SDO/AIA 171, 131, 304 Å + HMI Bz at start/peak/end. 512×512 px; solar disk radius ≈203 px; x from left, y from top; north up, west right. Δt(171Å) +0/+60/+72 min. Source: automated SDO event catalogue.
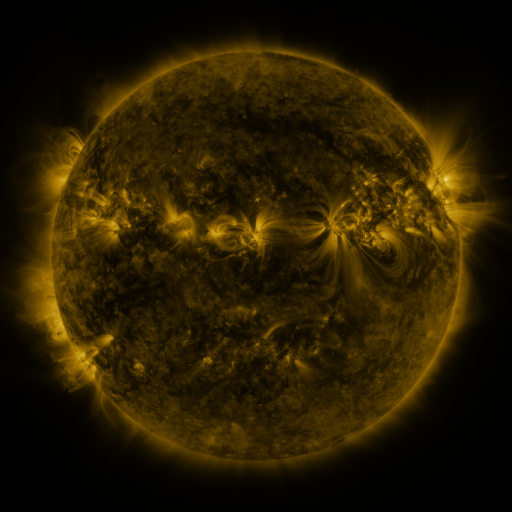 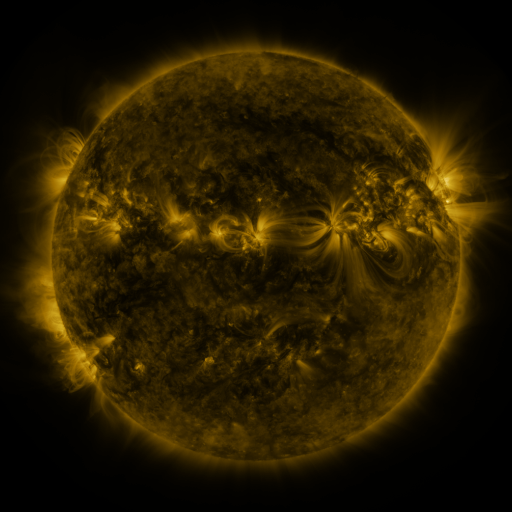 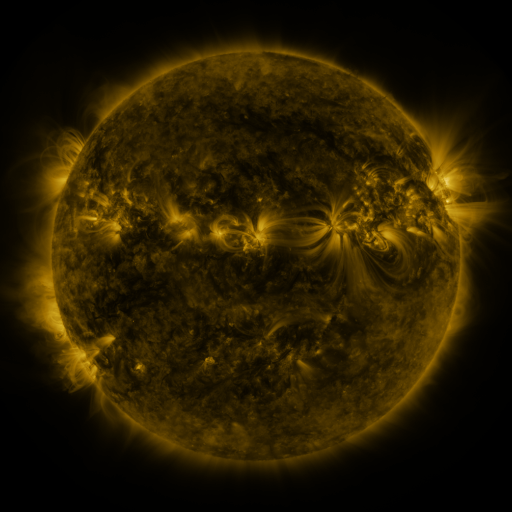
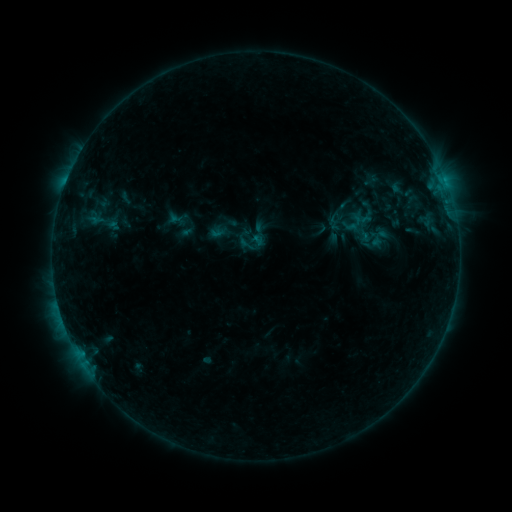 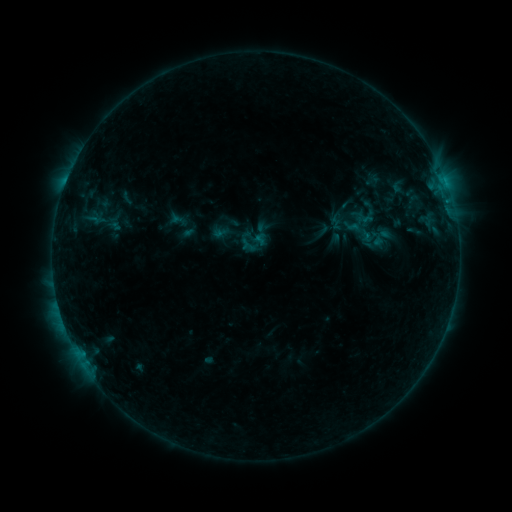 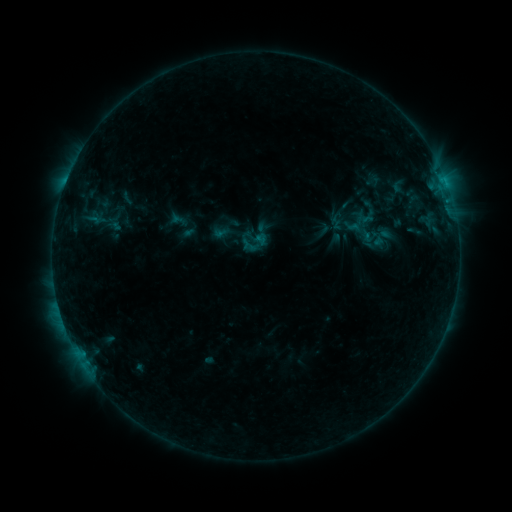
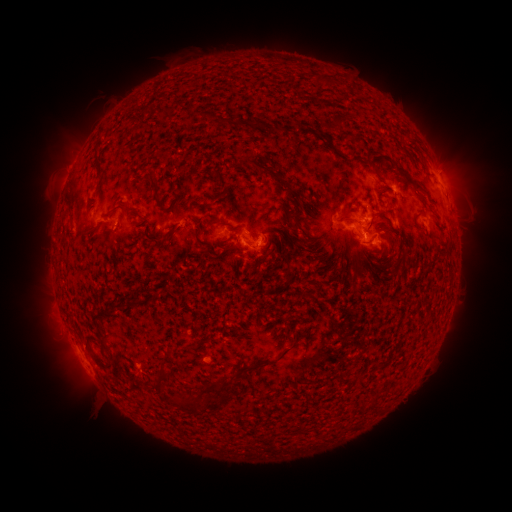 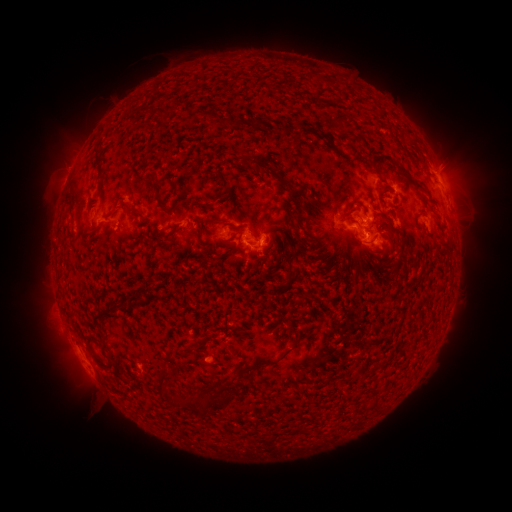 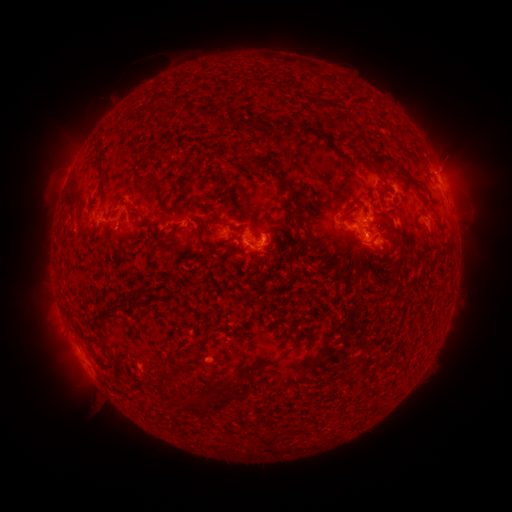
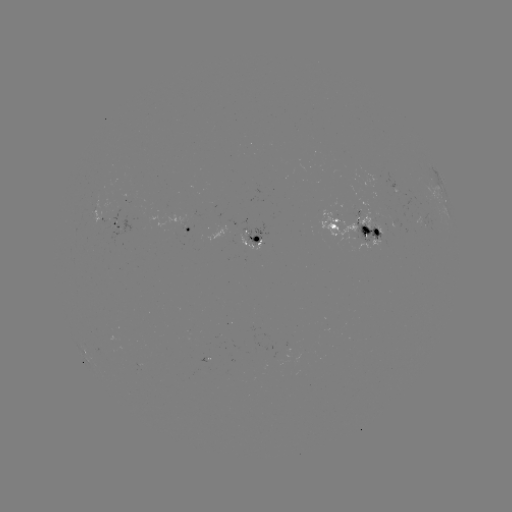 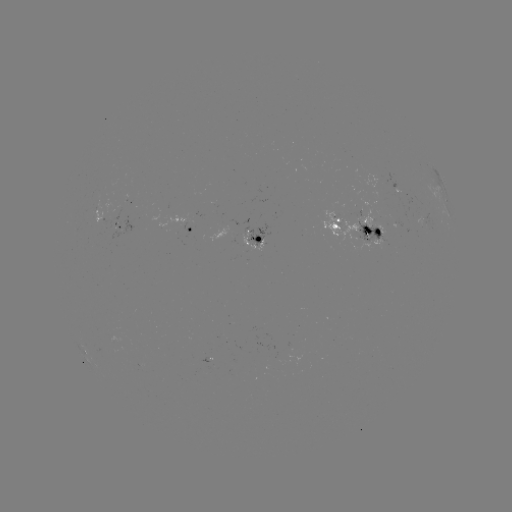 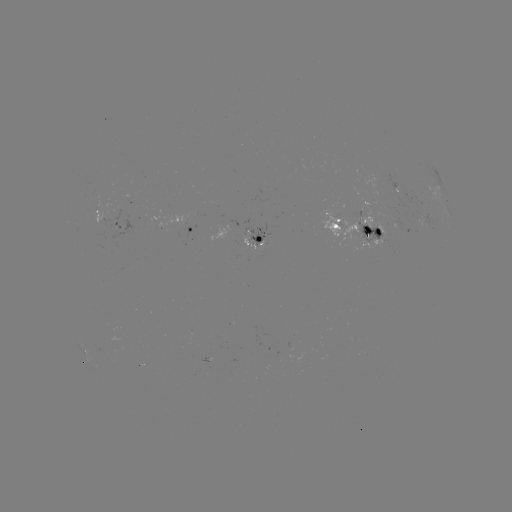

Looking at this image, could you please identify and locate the emerging-flux region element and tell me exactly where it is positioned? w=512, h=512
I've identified emerging-flux region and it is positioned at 116,225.